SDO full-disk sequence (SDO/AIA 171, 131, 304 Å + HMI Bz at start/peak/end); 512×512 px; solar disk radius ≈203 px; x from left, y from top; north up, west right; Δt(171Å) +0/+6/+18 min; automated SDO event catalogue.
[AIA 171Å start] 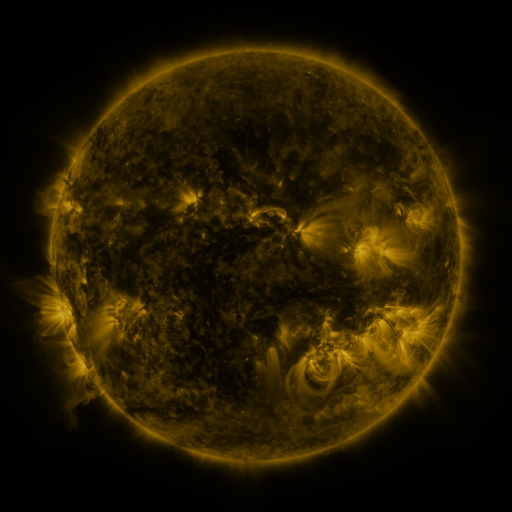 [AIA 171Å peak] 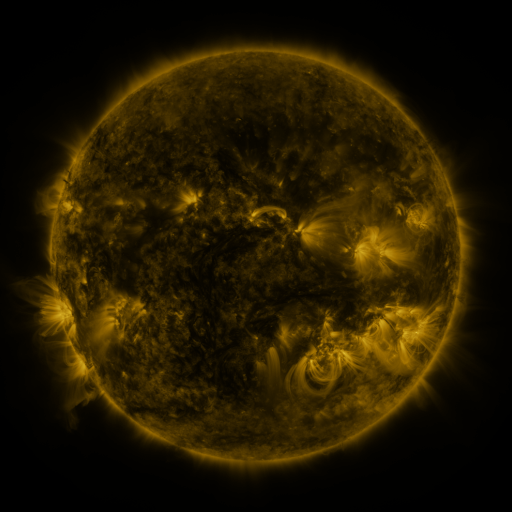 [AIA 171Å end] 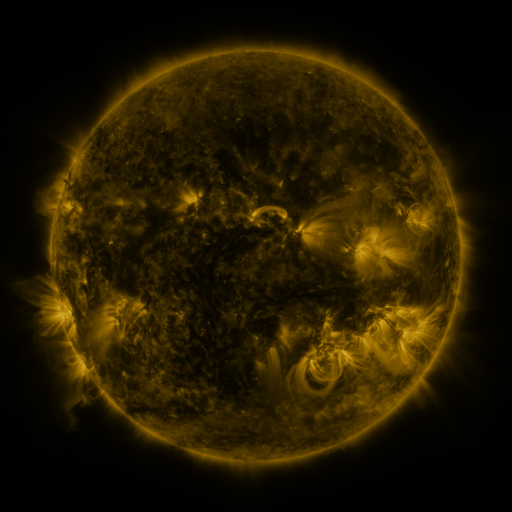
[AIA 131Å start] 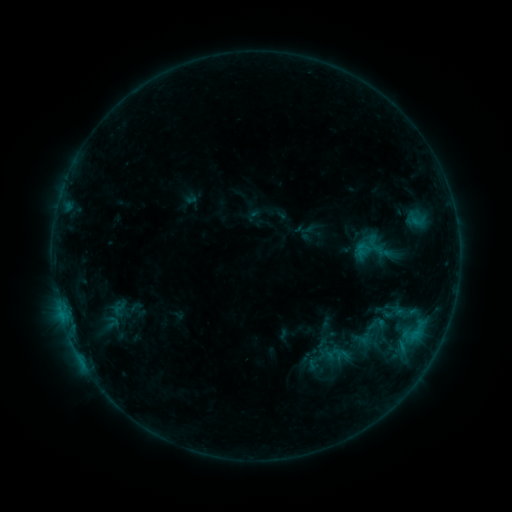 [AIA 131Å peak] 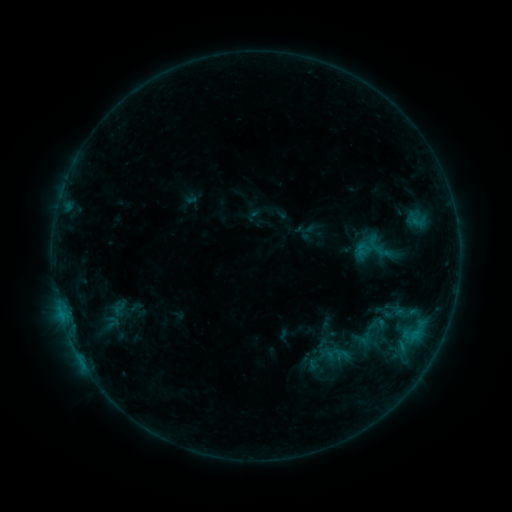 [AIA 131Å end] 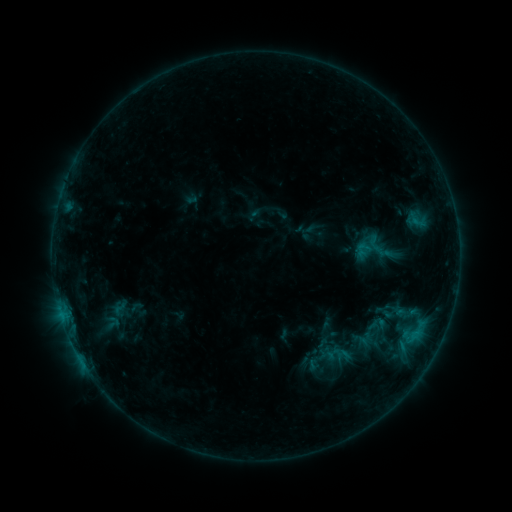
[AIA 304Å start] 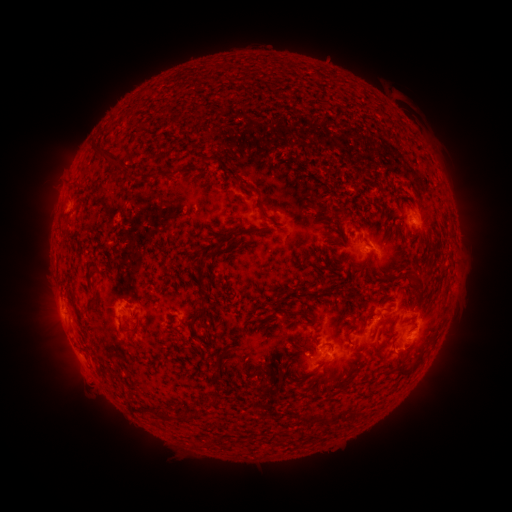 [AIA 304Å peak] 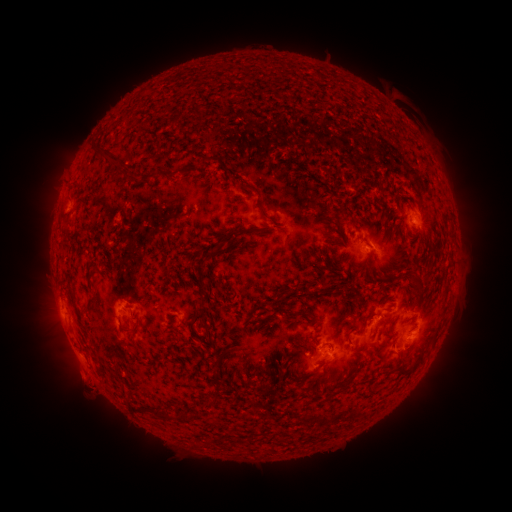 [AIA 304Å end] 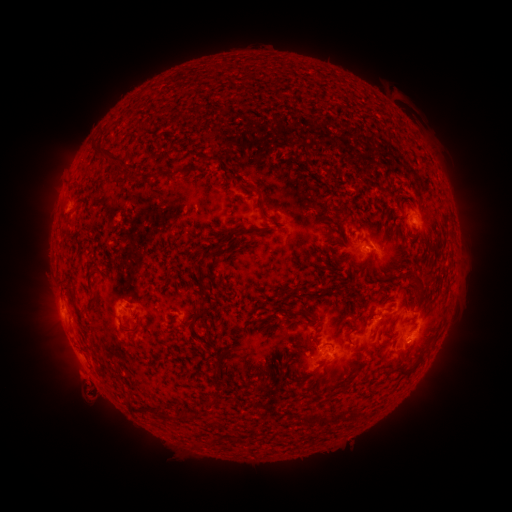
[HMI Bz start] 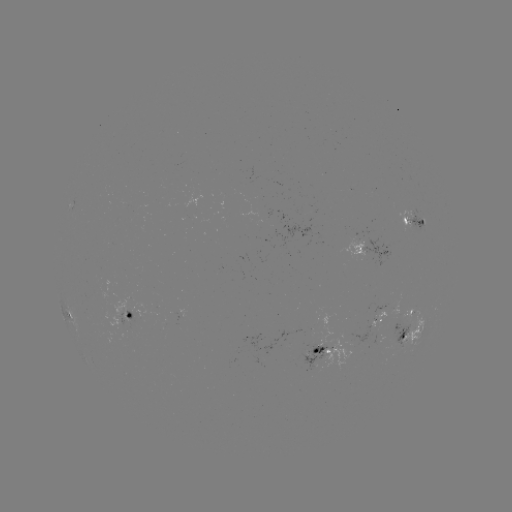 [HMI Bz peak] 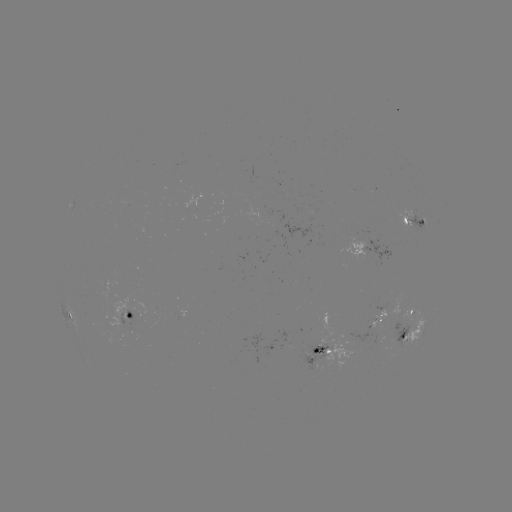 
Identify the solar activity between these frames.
eruption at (92, 393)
